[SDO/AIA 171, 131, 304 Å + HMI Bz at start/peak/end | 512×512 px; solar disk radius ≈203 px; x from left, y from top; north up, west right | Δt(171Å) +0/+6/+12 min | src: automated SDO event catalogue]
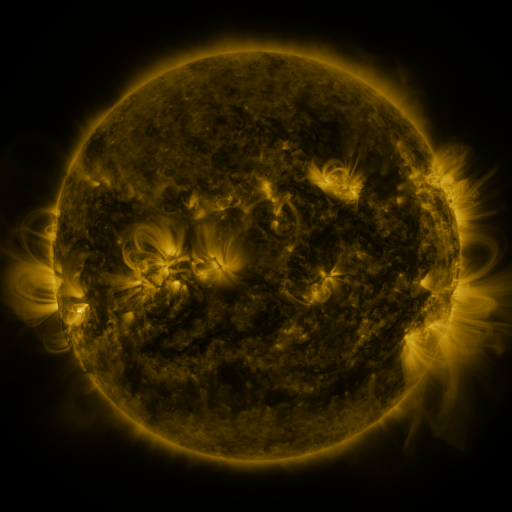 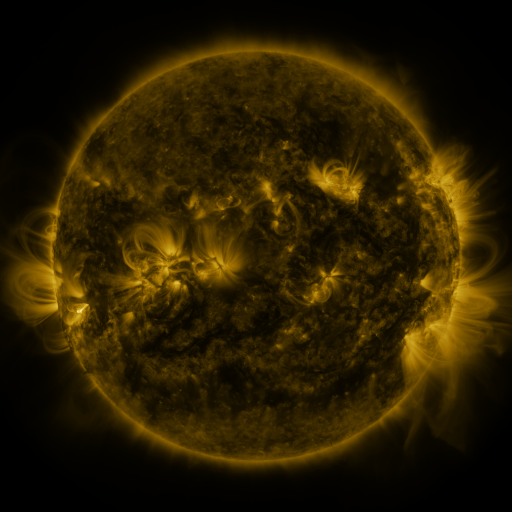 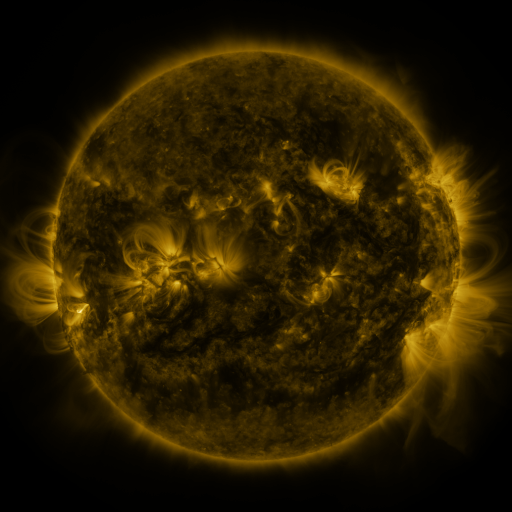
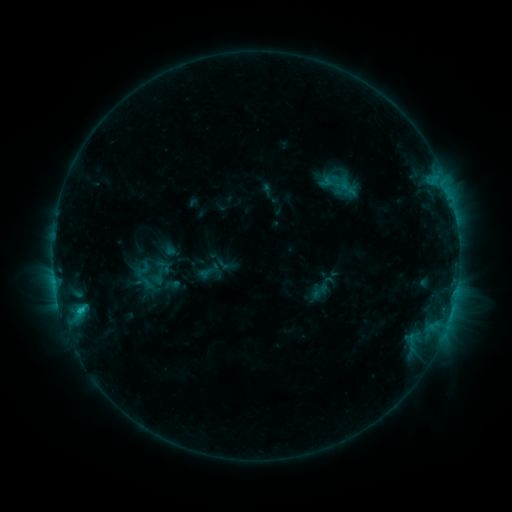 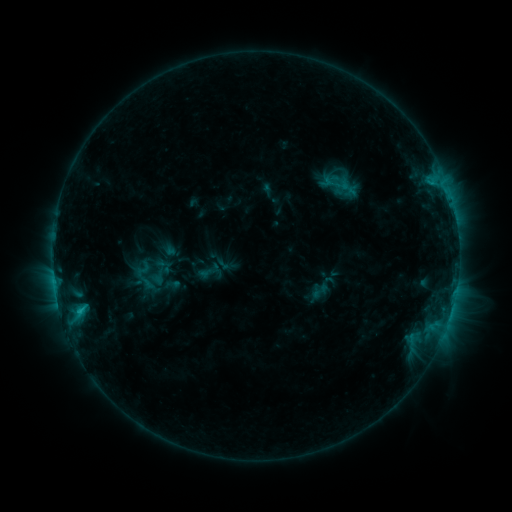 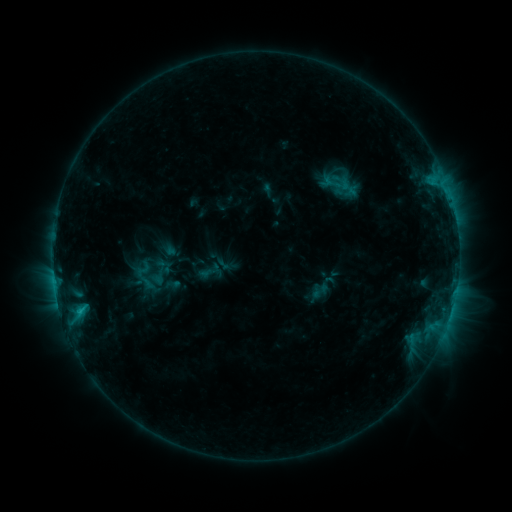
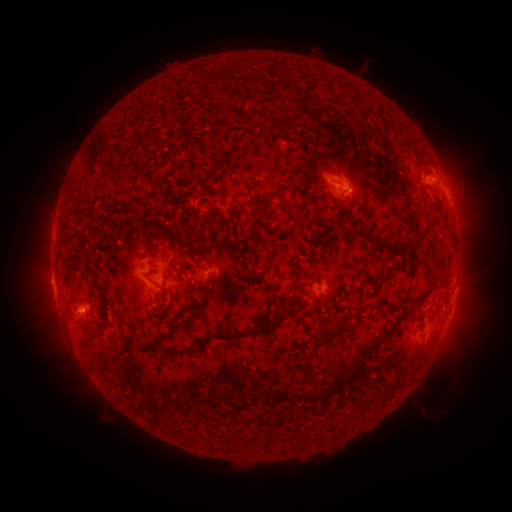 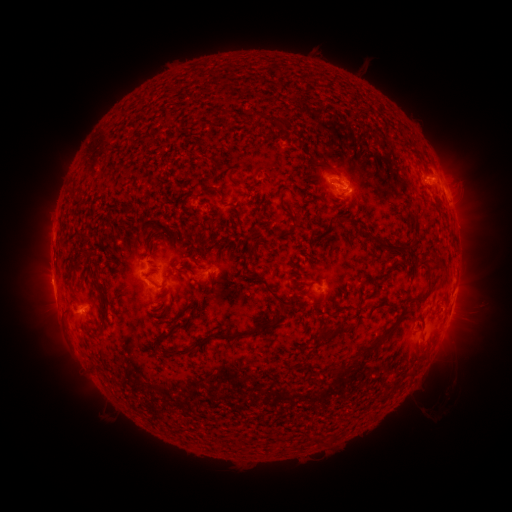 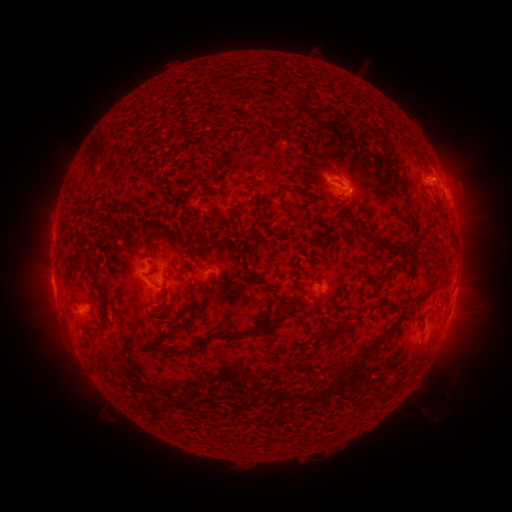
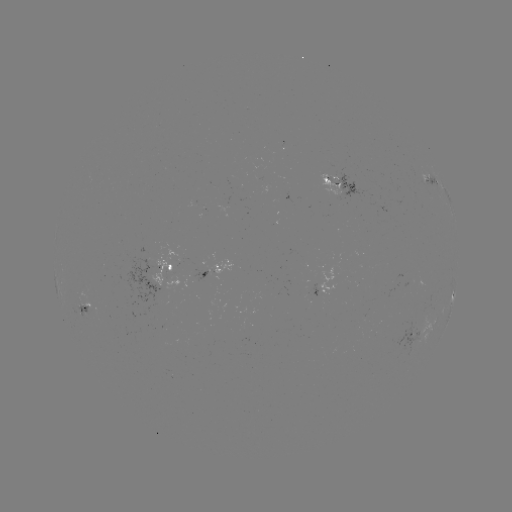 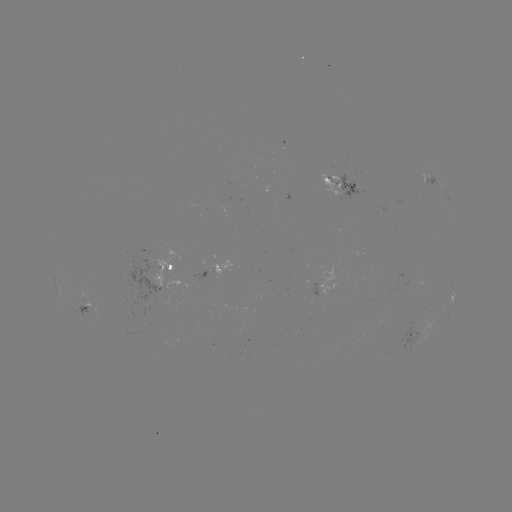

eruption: (55, 289, 105, 339)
